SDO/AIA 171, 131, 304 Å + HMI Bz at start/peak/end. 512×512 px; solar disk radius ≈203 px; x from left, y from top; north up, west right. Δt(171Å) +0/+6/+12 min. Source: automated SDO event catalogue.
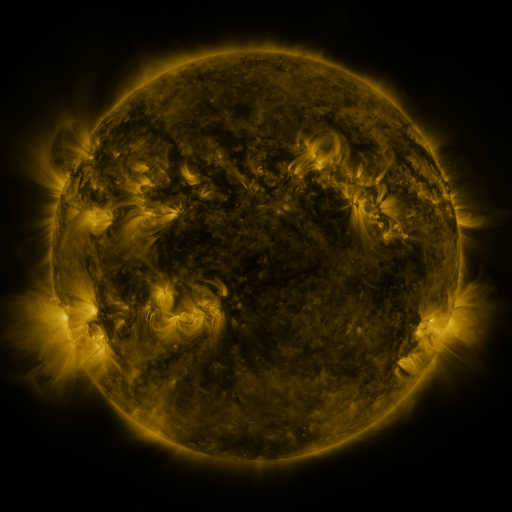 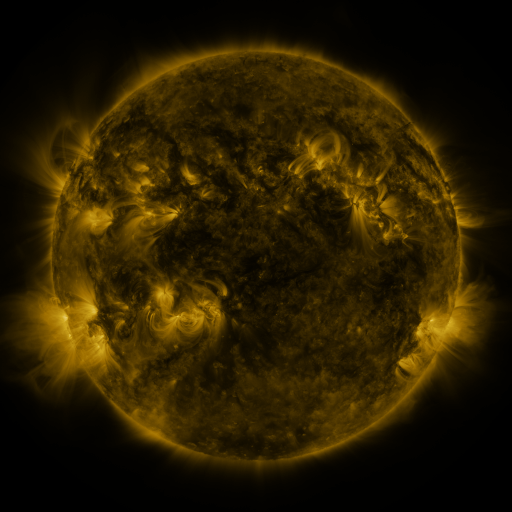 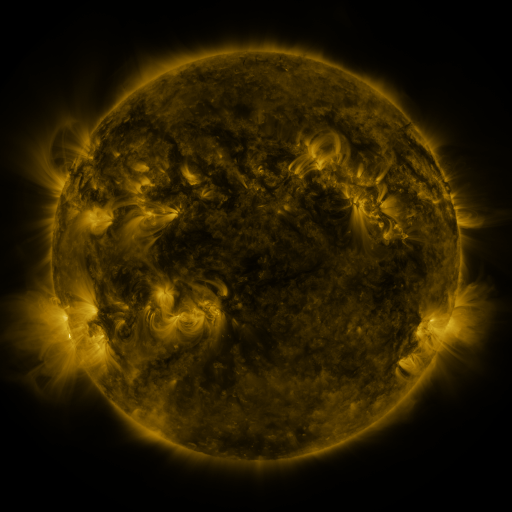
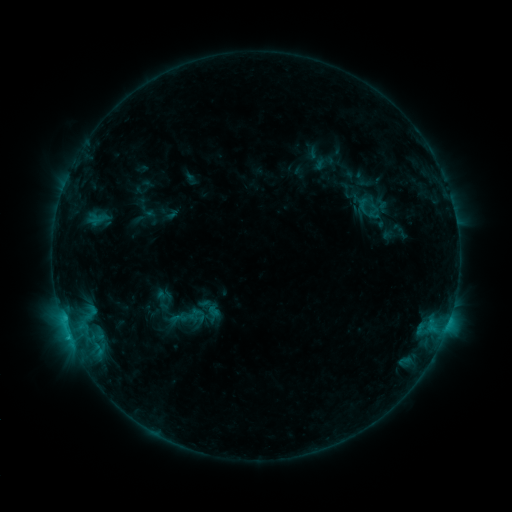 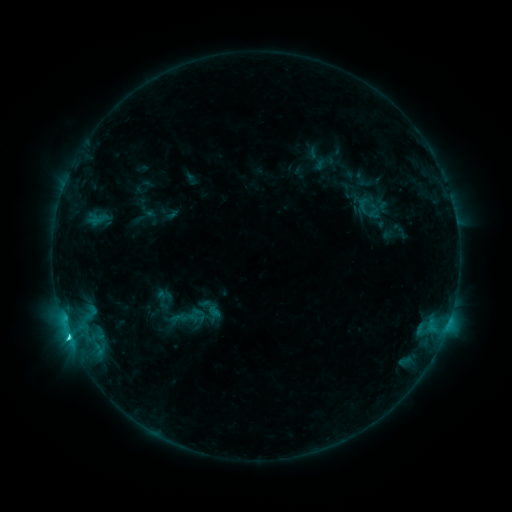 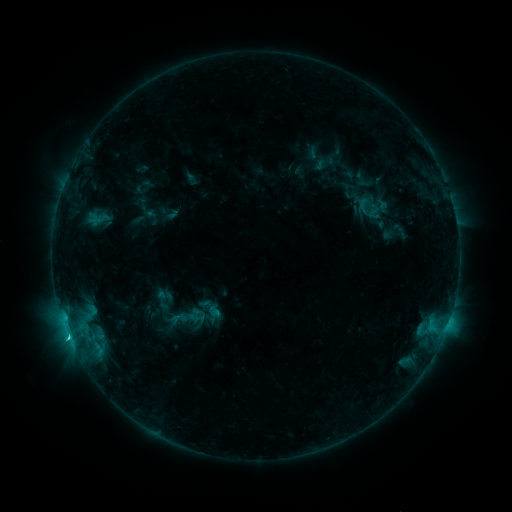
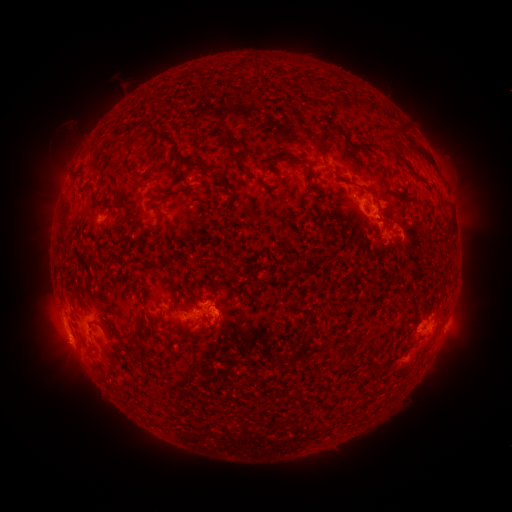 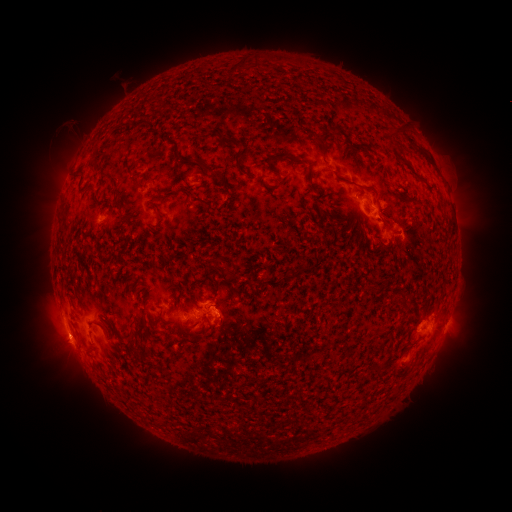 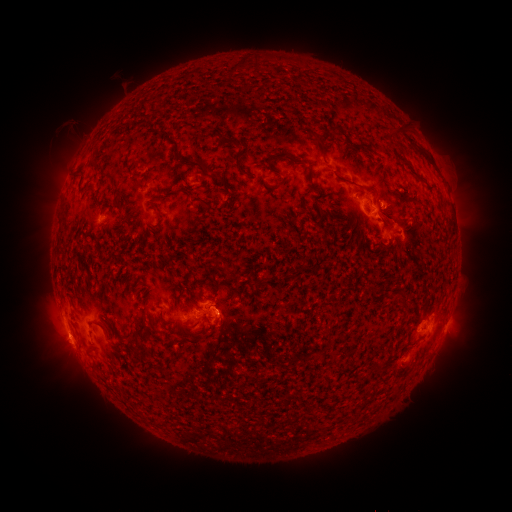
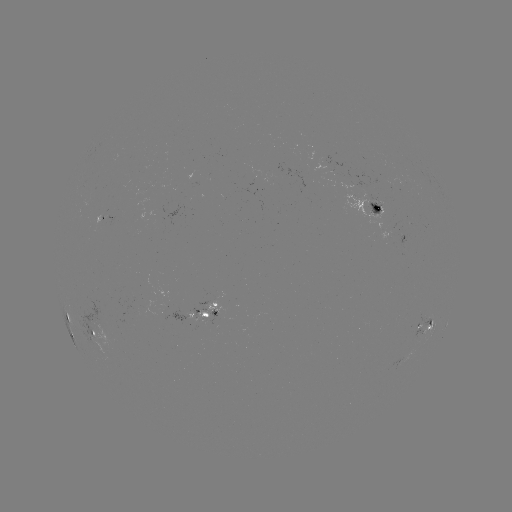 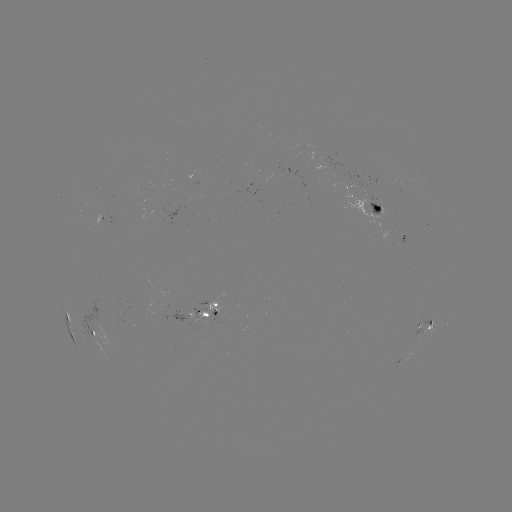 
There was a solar flare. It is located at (68, 335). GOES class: C2.0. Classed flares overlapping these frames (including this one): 1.